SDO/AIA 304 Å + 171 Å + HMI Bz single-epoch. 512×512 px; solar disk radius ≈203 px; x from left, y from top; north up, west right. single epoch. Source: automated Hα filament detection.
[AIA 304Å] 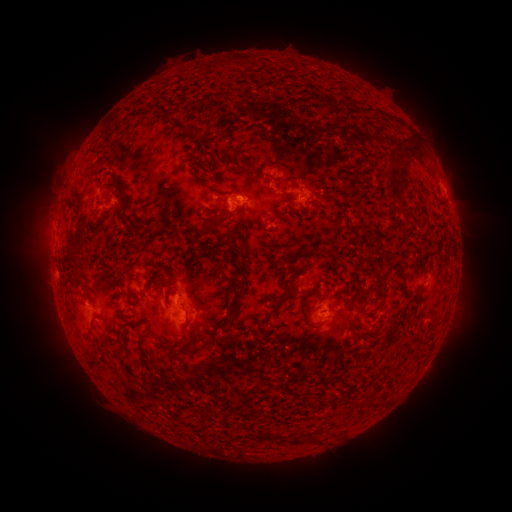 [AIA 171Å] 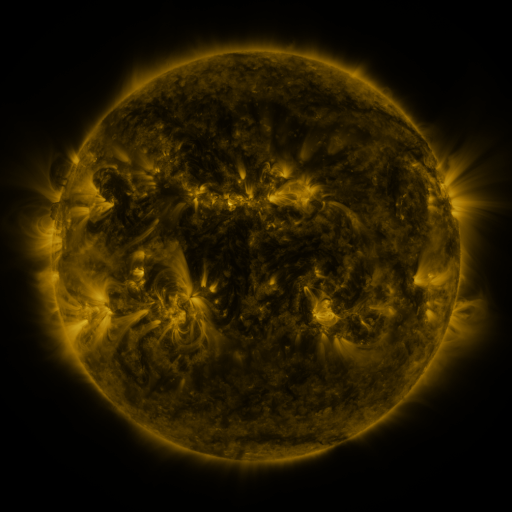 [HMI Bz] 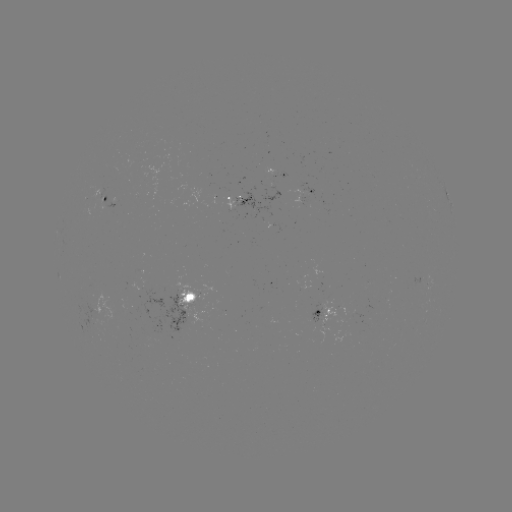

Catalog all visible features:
filament: [320, 97, 336, 106]
filament: [388, 115, 397, 123]
filament: [230, 187, 242, 196]
filament: [199, 213, 225, 235]
filament: [70, 249, 80, 260]
filament: [233, 272, 248, 304]
filament: [298, 289, 323, 330]
filament: [276, 293, 290, 305]
filament: [354, 304, 365, 317]
filament: [183, 309, 189, 324]
filament: [228, 315, 236, 324]
filament: [84, 316, 95, 340]
filament: [346, 318, 355, 334]
filament: [156, 332, 193, 354]
filament: [135, 333, 145, 370]
filament: [253, 433, 300, 445]
